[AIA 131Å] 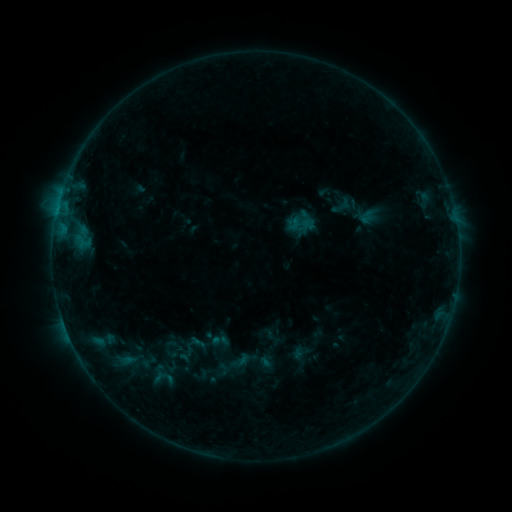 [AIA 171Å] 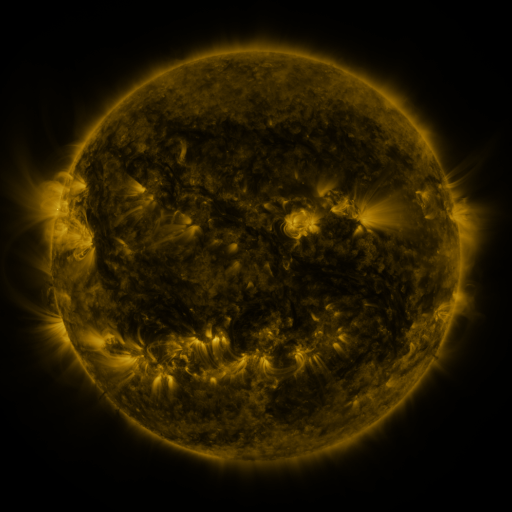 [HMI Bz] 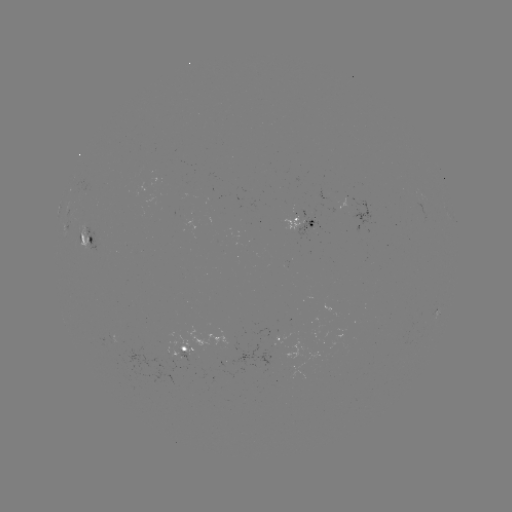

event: sigmoid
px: (190, 349)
